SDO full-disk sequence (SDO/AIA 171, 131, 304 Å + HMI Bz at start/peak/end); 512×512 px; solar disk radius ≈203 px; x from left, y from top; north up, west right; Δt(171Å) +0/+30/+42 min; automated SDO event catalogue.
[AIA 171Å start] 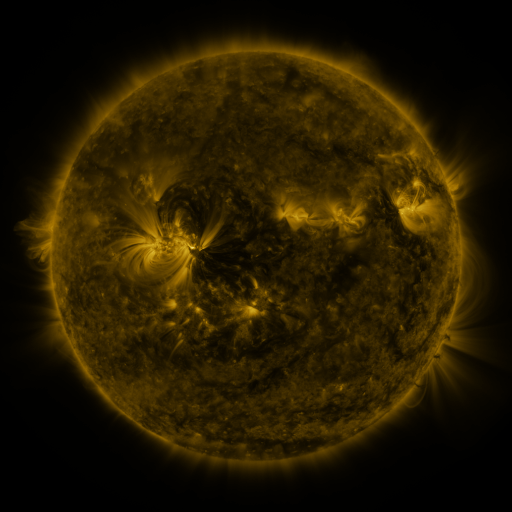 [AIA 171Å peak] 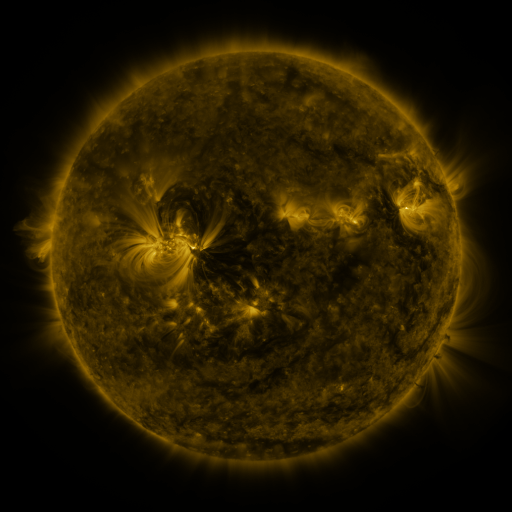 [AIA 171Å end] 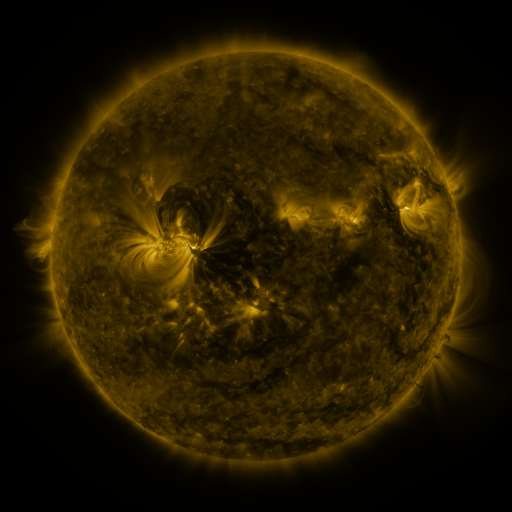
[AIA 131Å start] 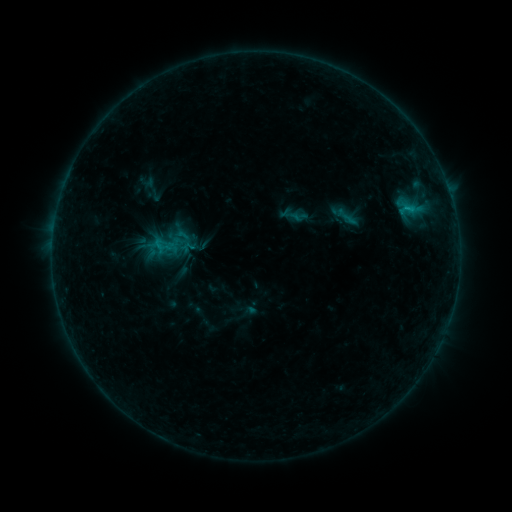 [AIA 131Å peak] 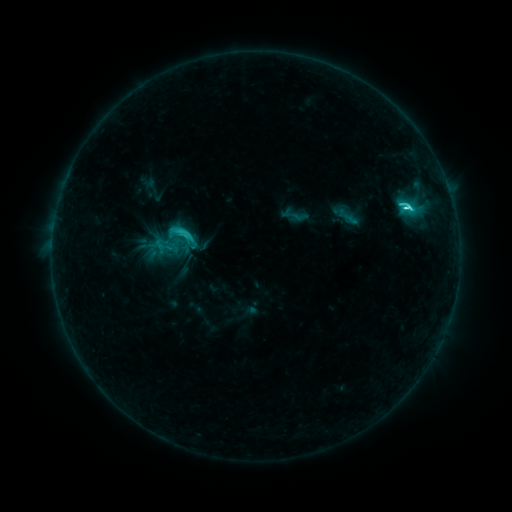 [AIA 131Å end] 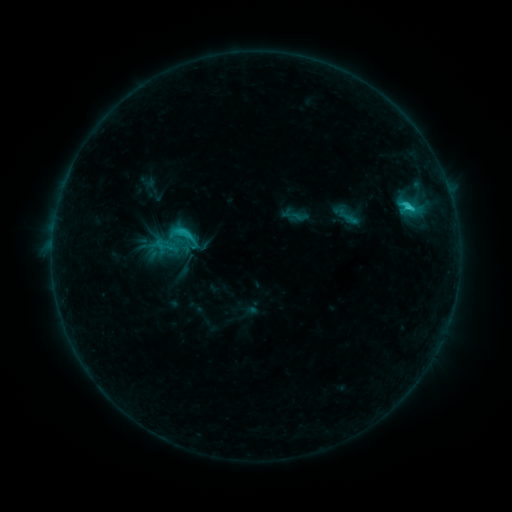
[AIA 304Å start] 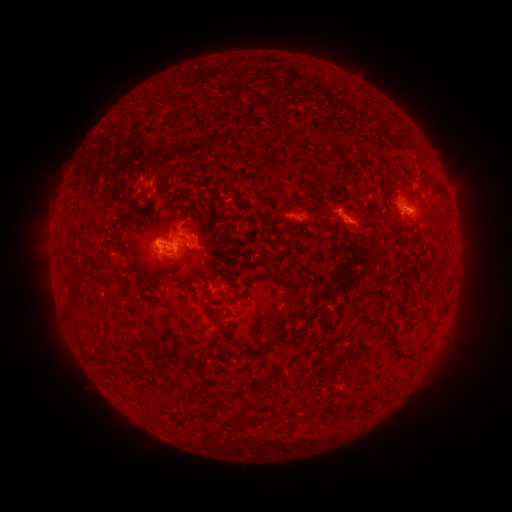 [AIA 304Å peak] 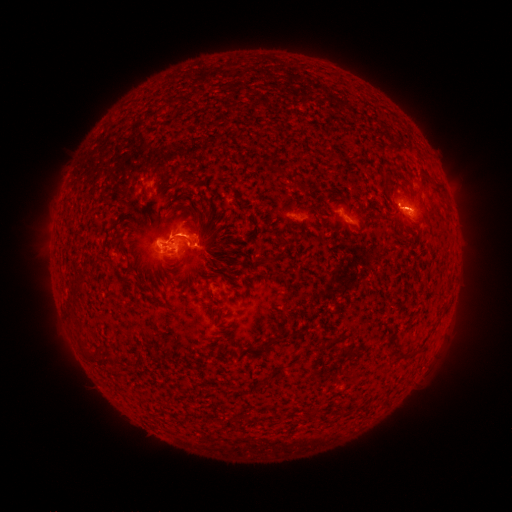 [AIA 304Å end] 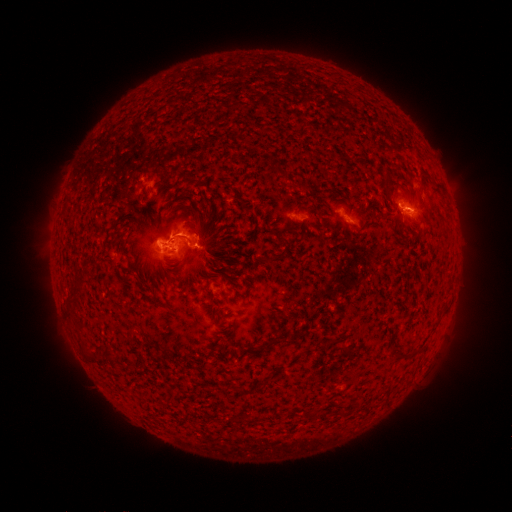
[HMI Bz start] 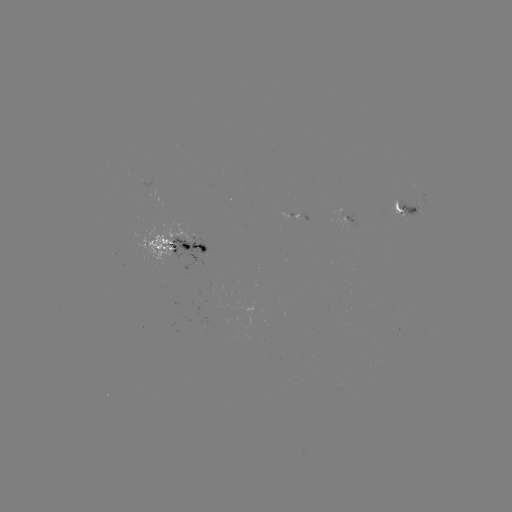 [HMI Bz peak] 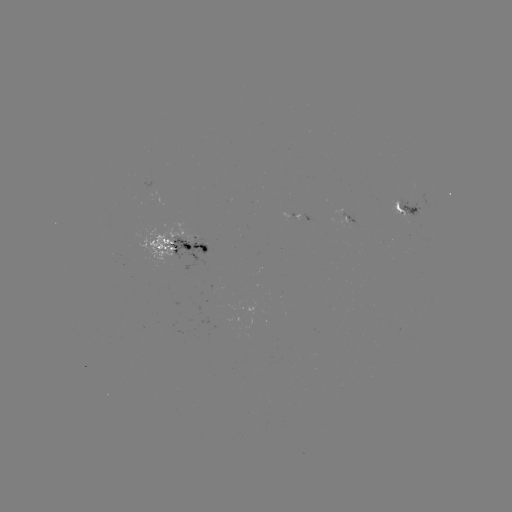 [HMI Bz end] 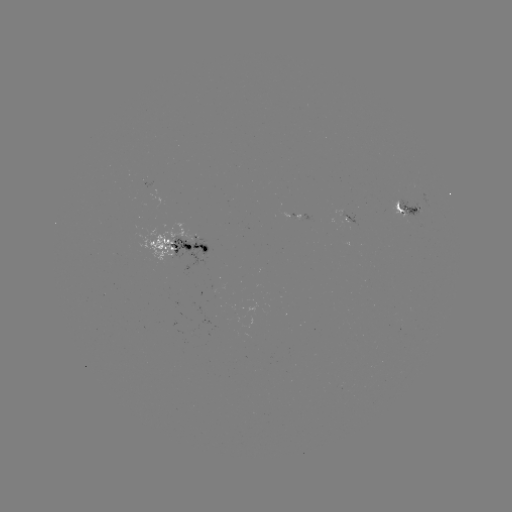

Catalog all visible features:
C5.0 flare: (406, 209)
